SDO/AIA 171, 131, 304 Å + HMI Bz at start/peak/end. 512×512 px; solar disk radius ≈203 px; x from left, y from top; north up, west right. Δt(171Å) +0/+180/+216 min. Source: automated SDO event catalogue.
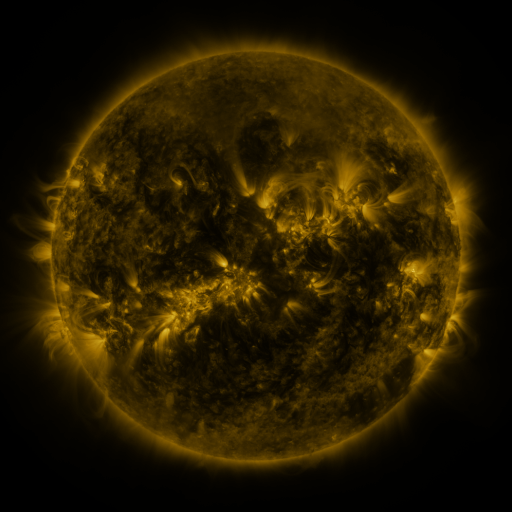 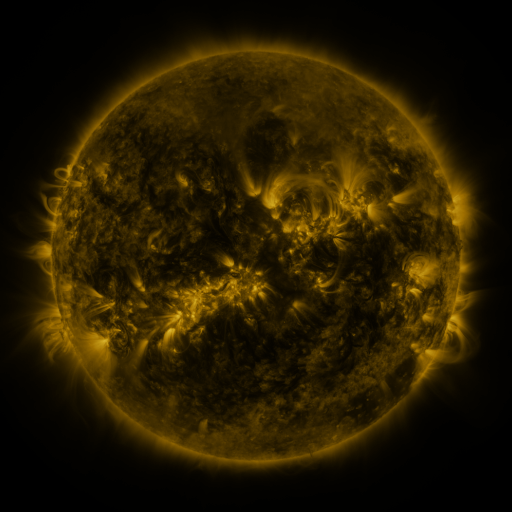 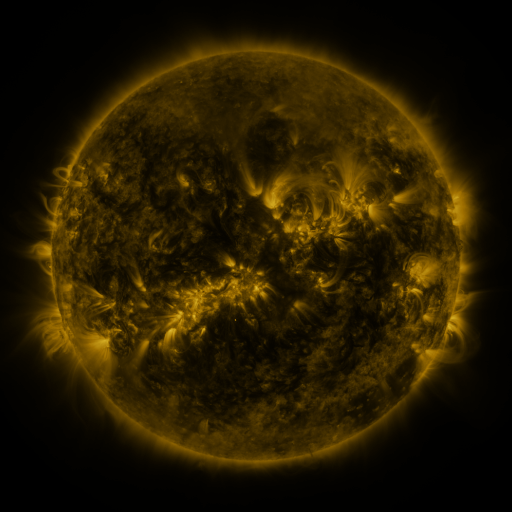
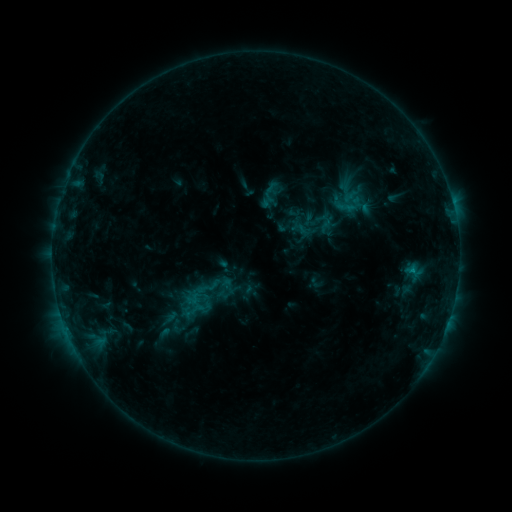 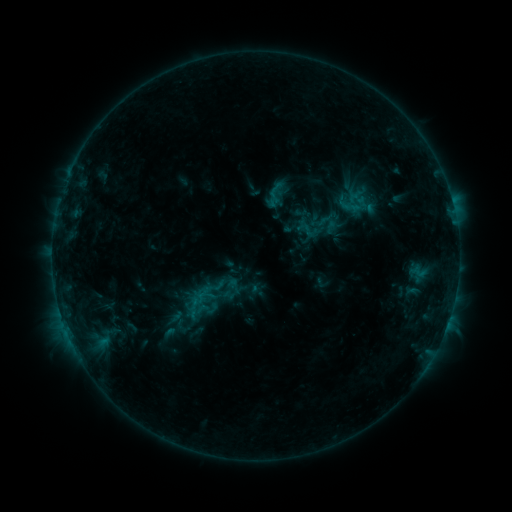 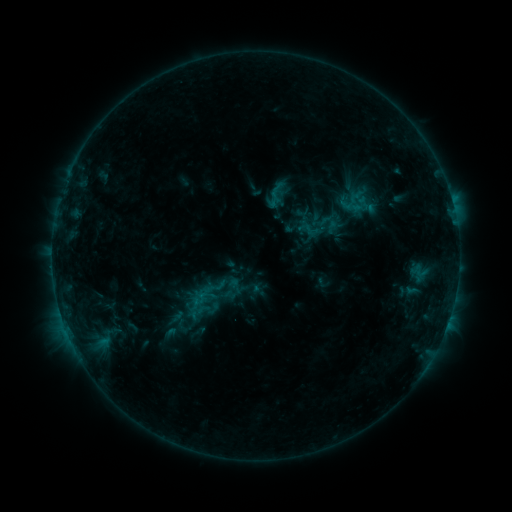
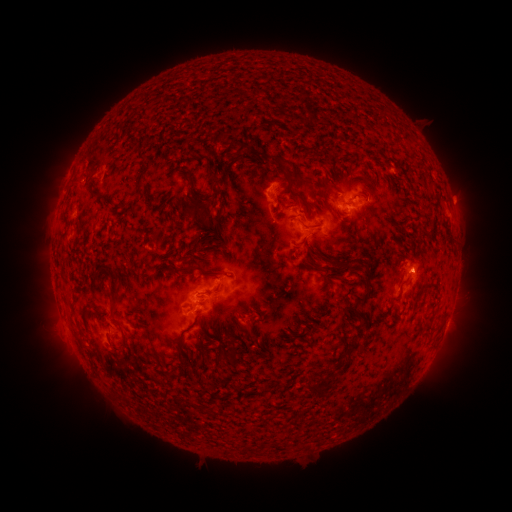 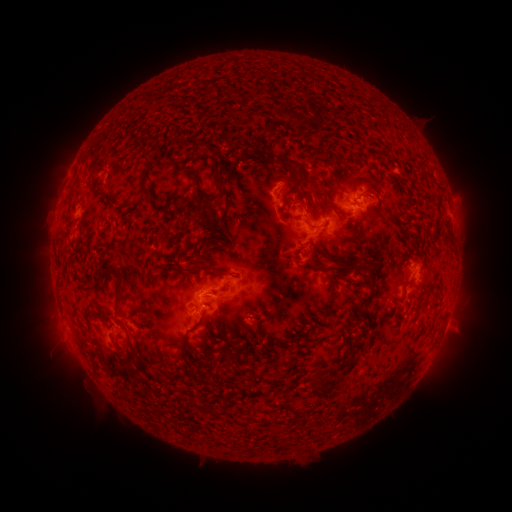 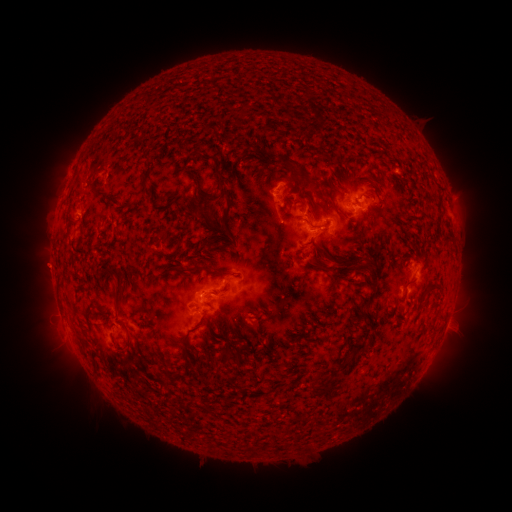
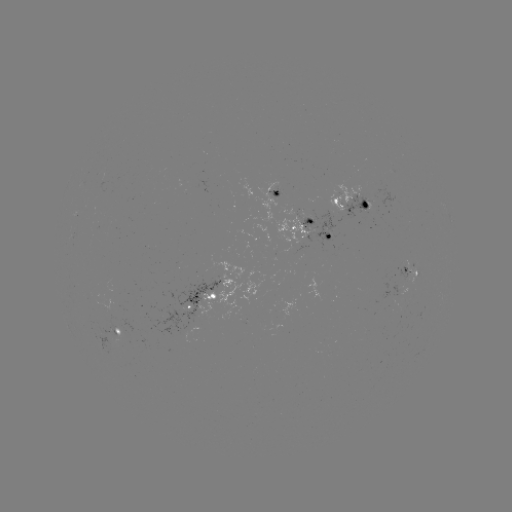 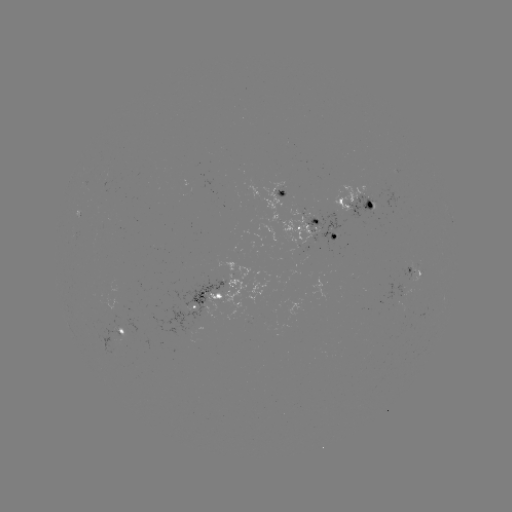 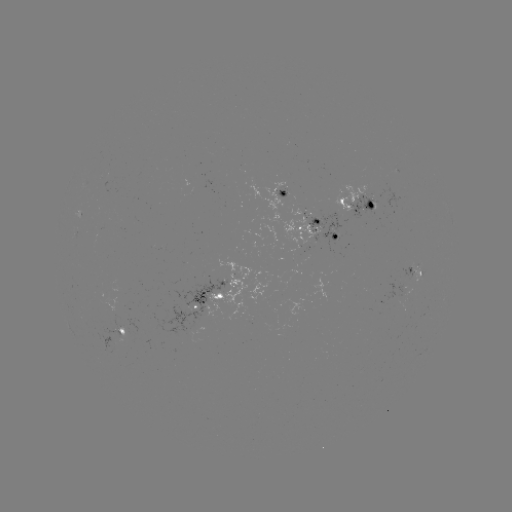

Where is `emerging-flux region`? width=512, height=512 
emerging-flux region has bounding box [80, 313, 131, 354].